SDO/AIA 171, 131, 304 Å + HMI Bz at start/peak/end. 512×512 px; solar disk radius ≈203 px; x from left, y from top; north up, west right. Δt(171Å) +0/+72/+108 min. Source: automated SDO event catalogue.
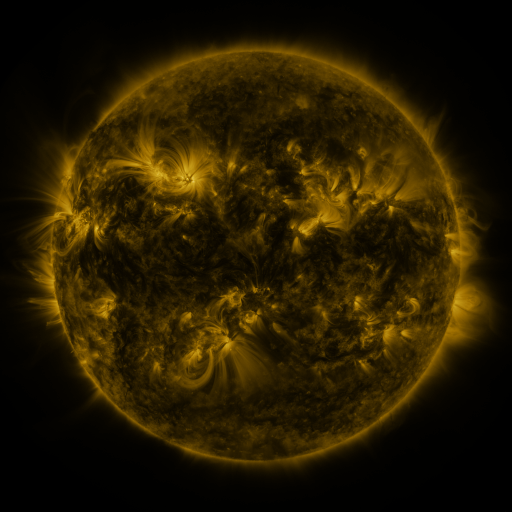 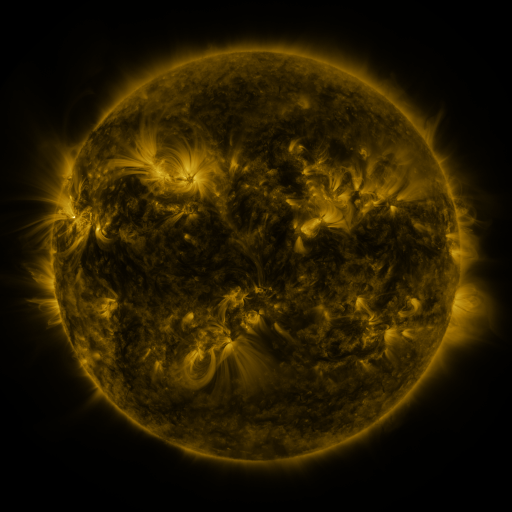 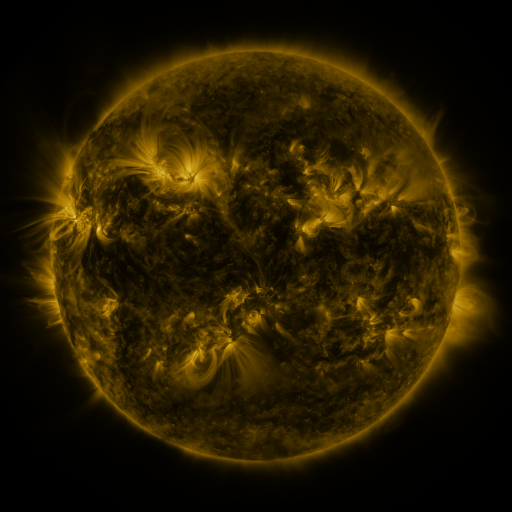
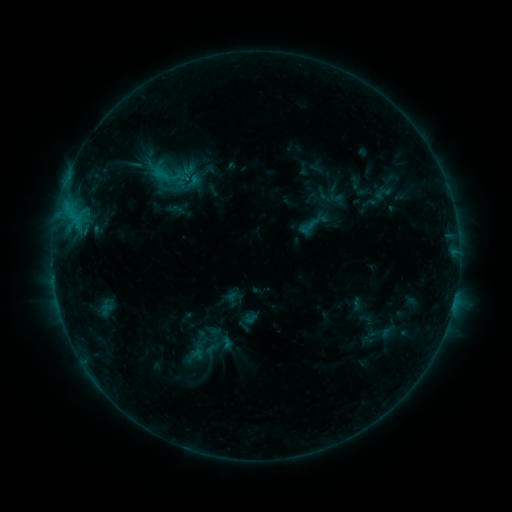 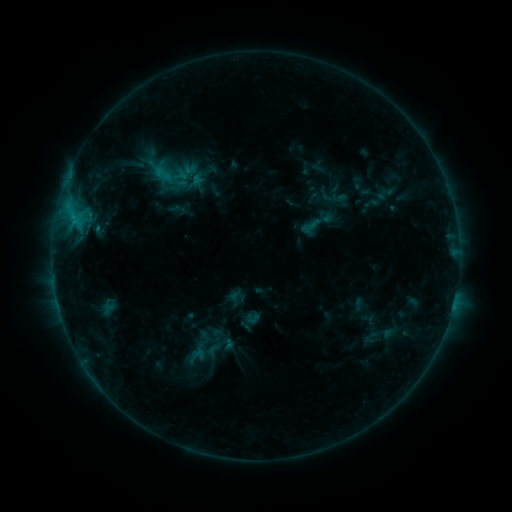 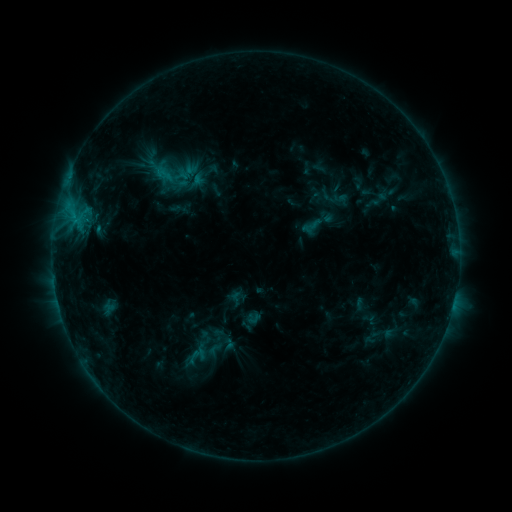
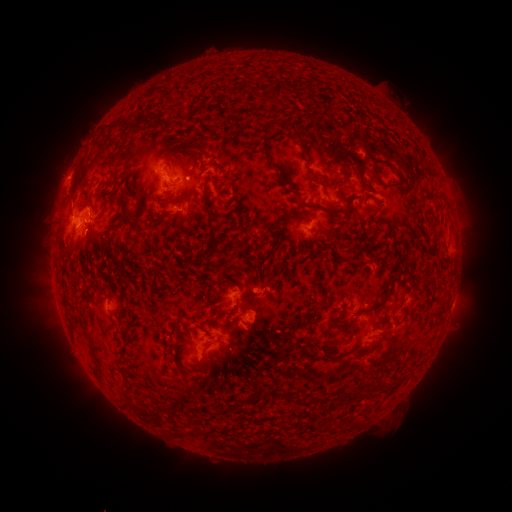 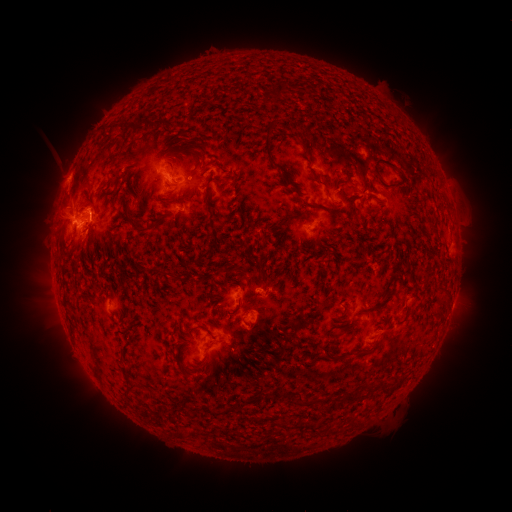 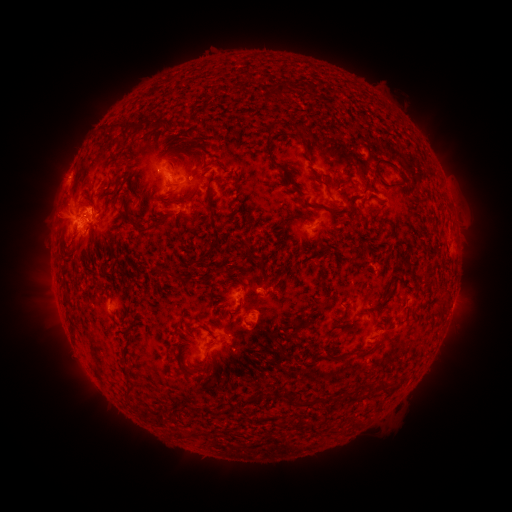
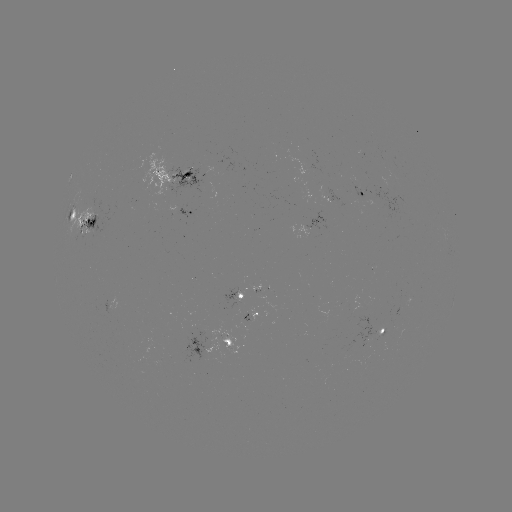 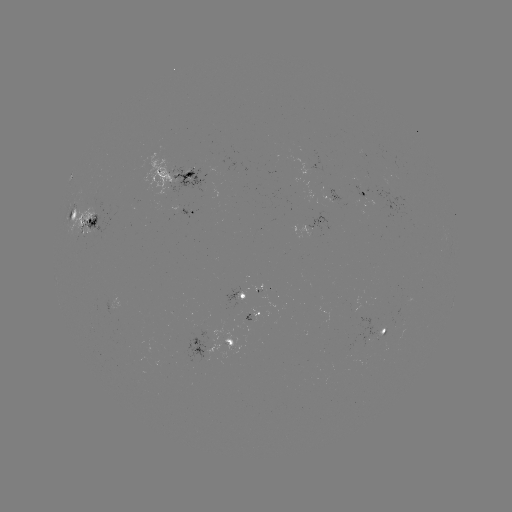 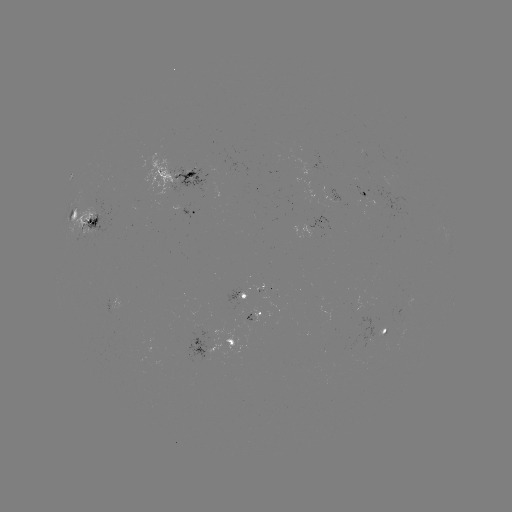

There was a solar emerging-flux region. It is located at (363, 197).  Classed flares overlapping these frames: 3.